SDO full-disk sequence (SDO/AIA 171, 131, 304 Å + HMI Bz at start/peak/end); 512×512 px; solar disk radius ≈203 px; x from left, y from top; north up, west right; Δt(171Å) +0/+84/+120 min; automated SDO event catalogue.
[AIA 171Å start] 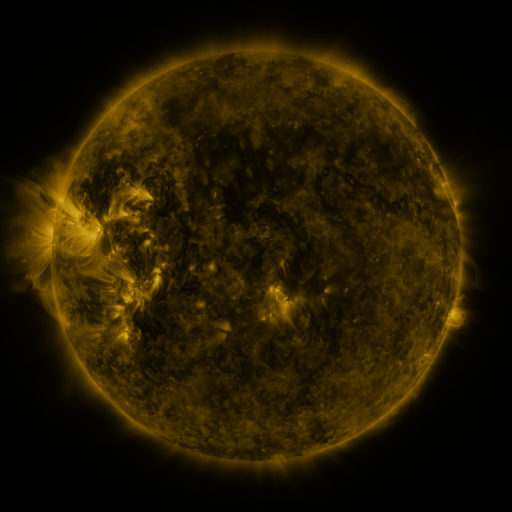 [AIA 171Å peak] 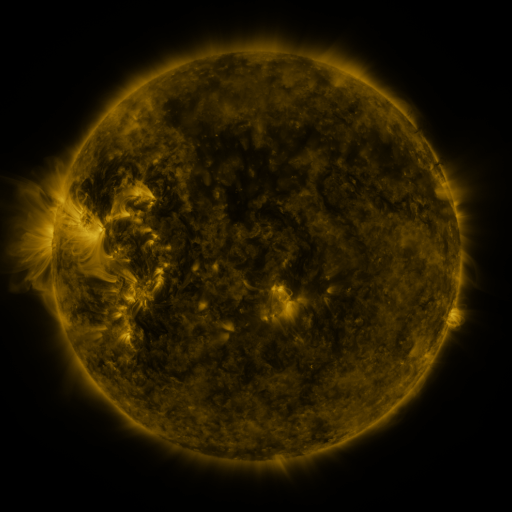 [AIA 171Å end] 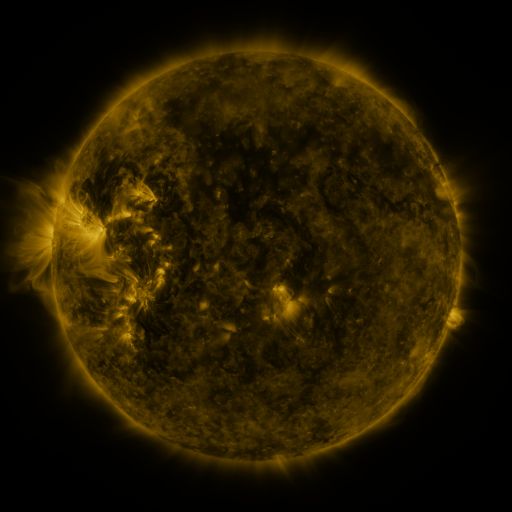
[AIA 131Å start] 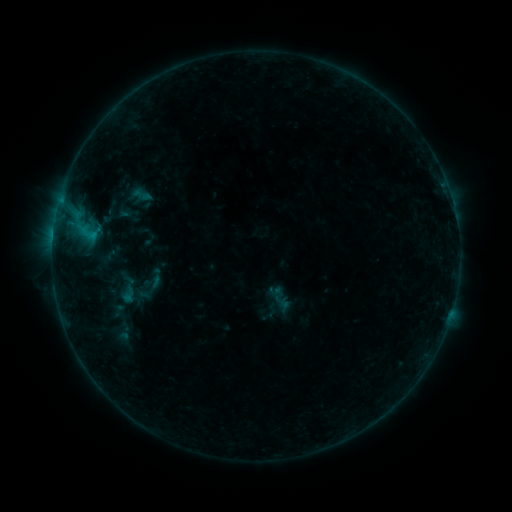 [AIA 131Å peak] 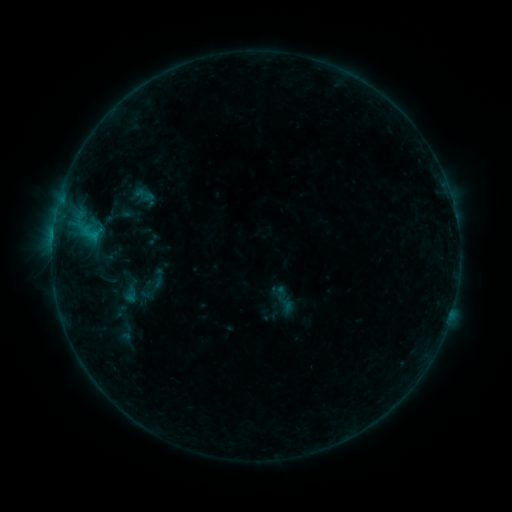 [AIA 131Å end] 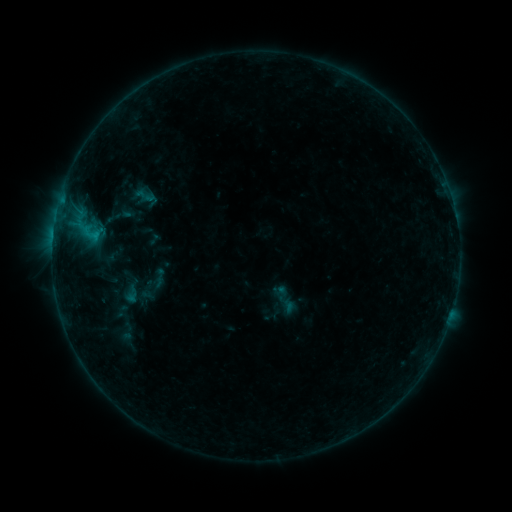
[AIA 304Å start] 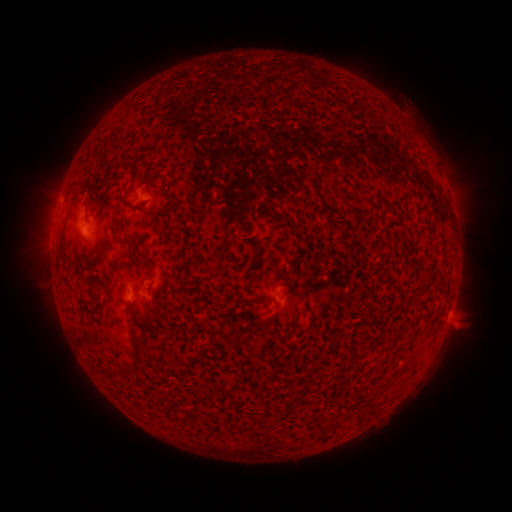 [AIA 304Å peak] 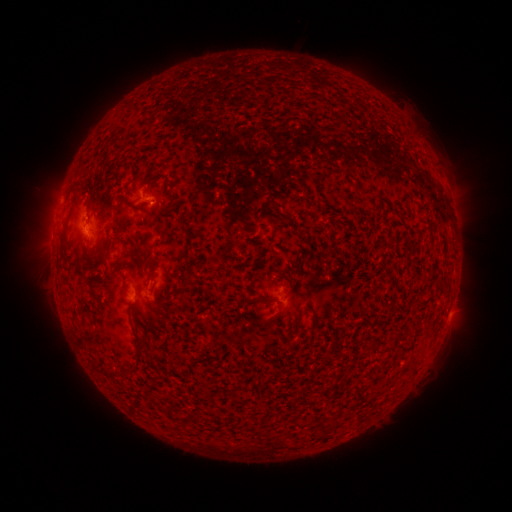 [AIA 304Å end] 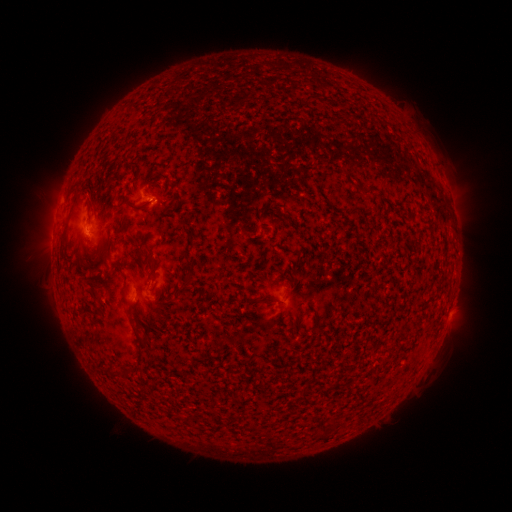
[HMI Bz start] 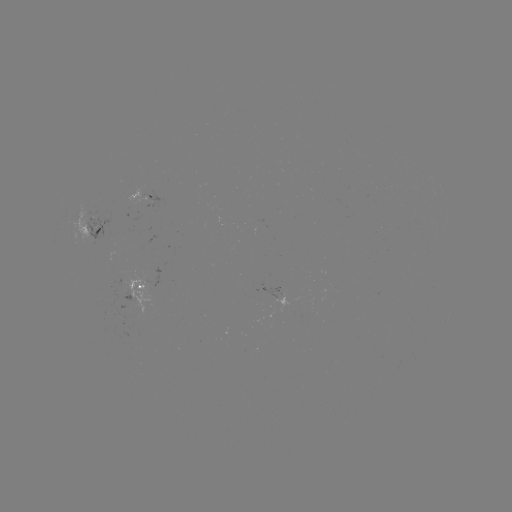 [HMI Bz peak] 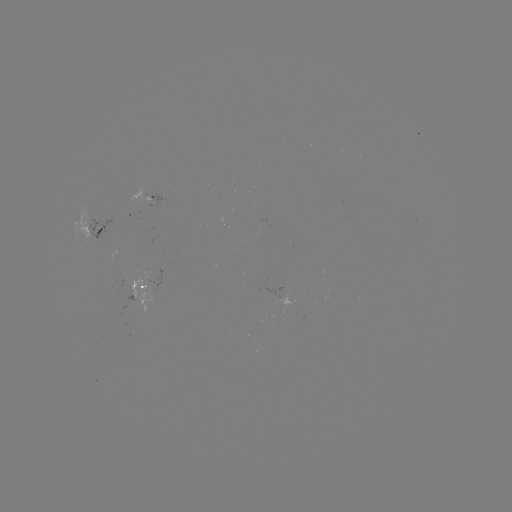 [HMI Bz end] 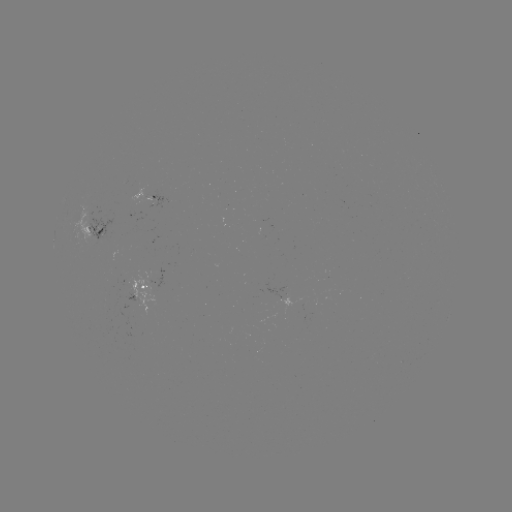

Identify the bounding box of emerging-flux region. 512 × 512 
[91, 236, 96, 247].